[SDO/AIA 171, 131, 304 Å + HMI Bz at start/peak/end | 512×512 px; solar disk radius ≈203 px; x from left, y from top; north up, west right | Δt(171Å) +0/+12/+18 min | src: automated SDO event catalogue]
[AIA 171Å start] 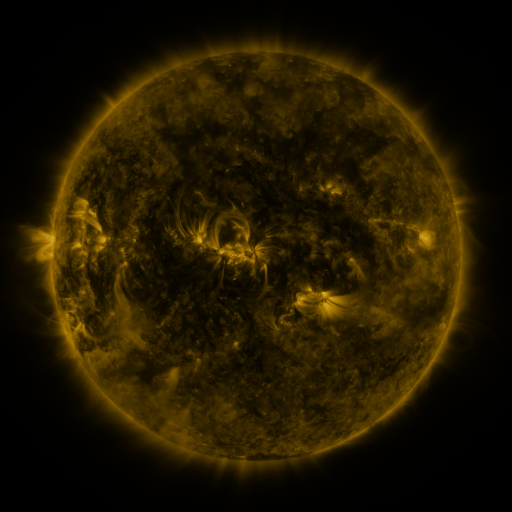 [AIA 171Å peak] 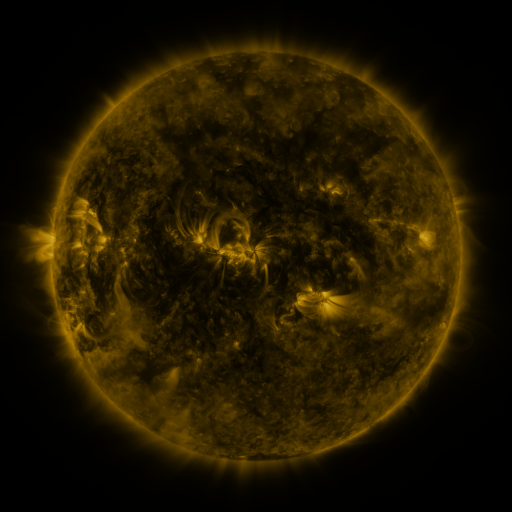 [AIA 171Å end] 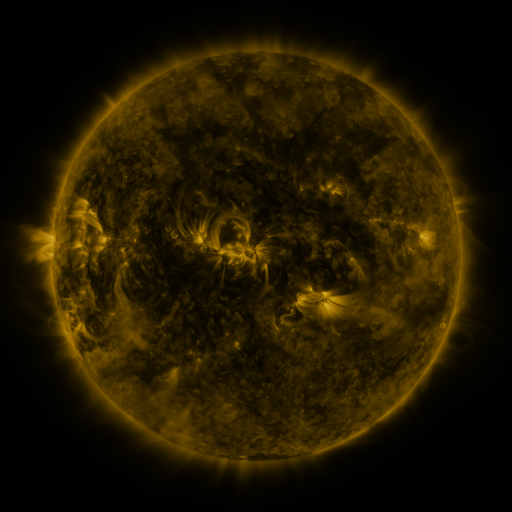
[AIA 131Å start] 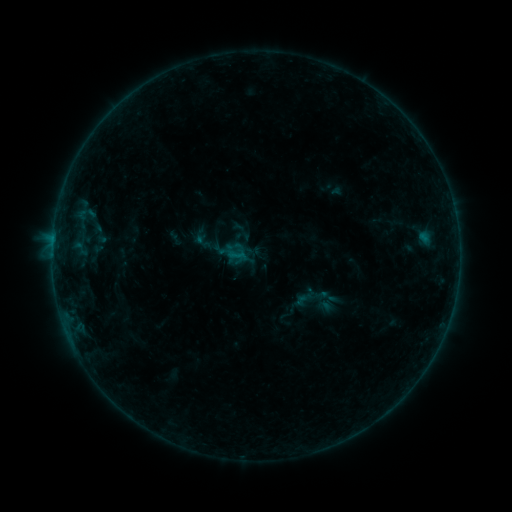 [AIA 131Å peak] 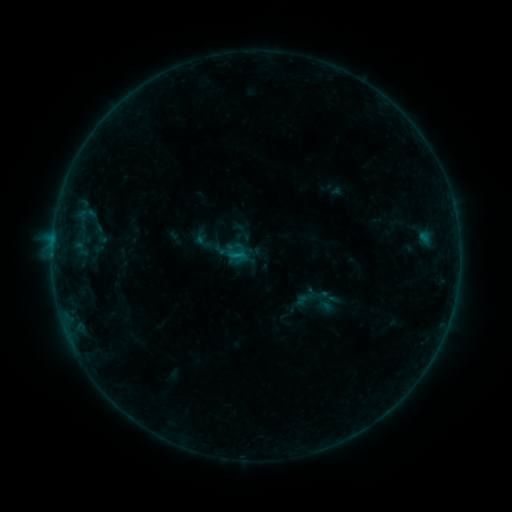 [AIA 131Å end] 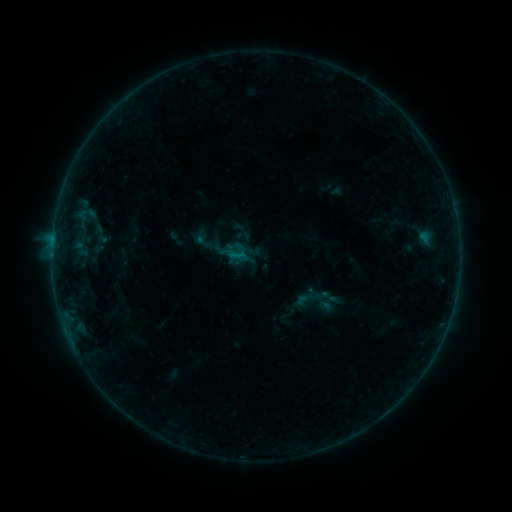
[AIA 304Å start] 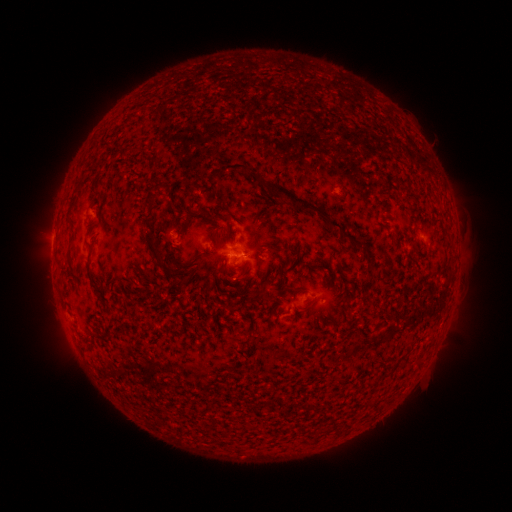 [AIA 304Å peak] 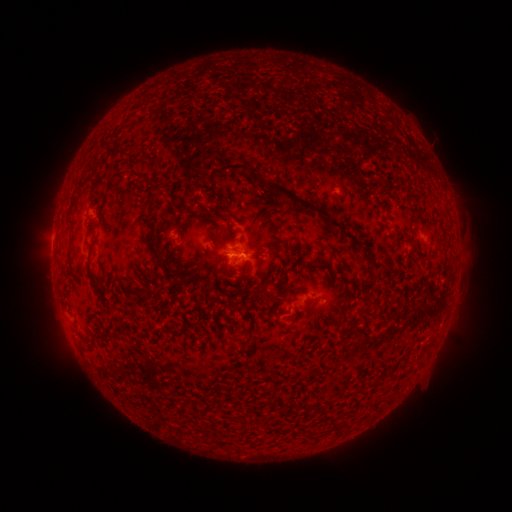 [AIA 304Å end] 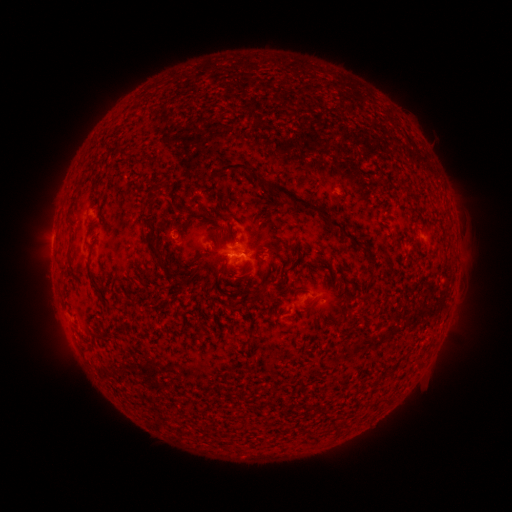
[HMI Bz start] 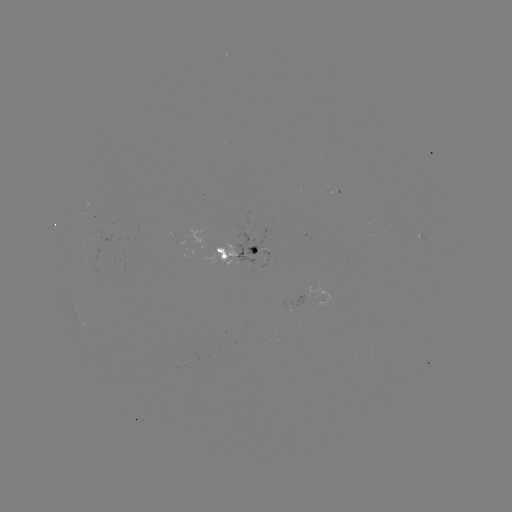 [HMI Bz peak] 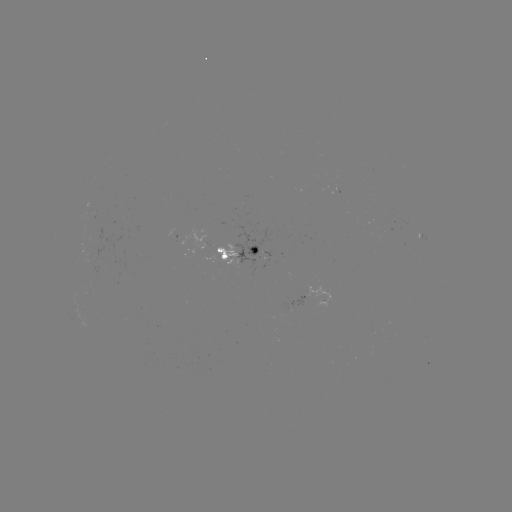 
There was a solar flare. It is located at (238, 256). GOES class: B3.0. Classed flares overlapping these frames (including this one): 1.